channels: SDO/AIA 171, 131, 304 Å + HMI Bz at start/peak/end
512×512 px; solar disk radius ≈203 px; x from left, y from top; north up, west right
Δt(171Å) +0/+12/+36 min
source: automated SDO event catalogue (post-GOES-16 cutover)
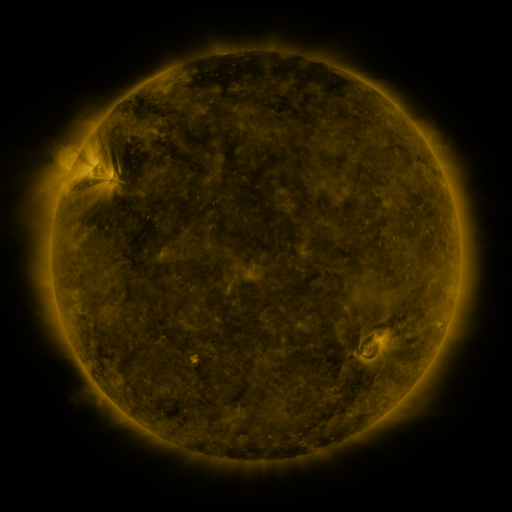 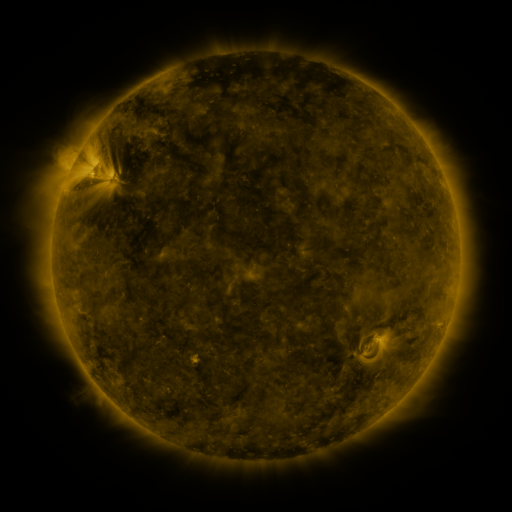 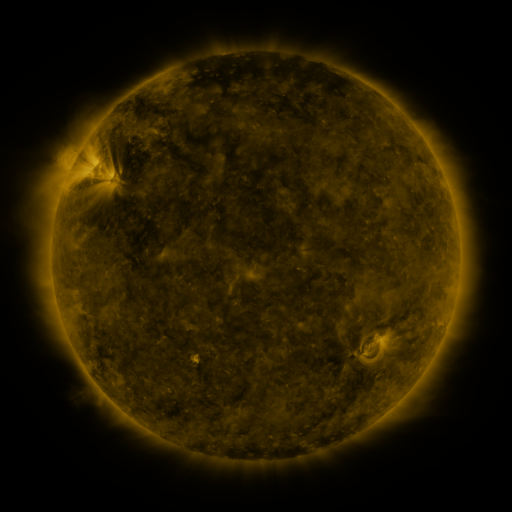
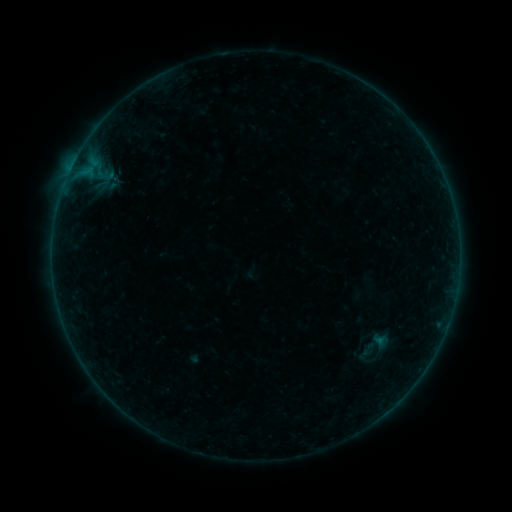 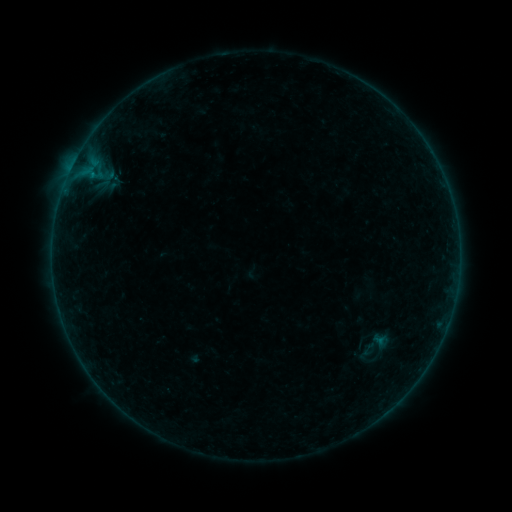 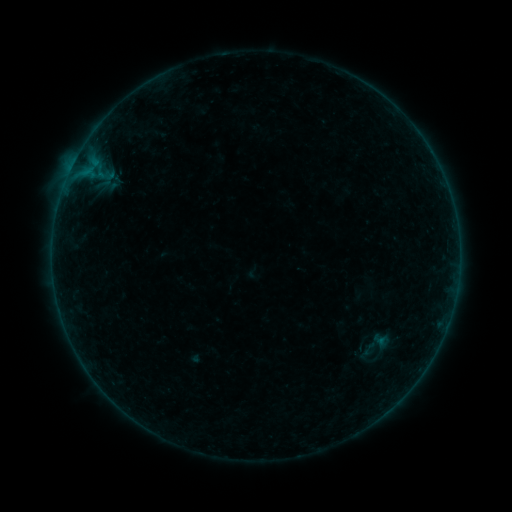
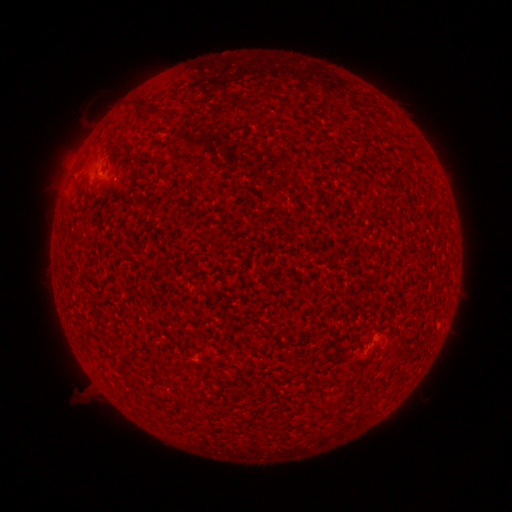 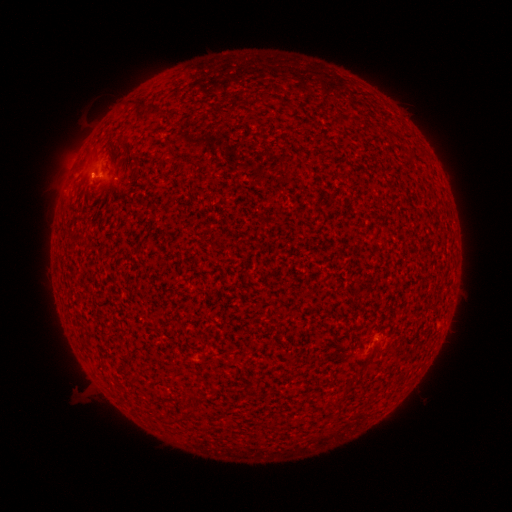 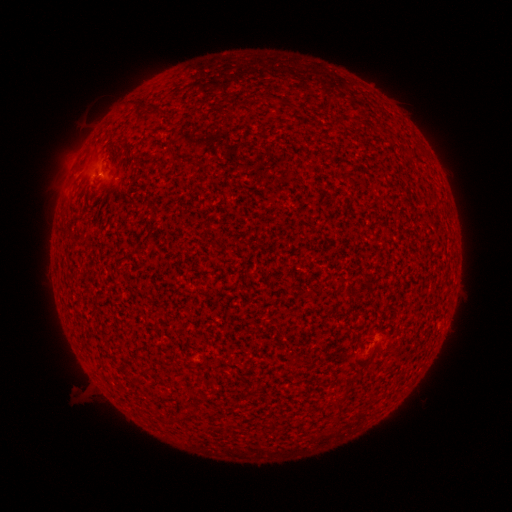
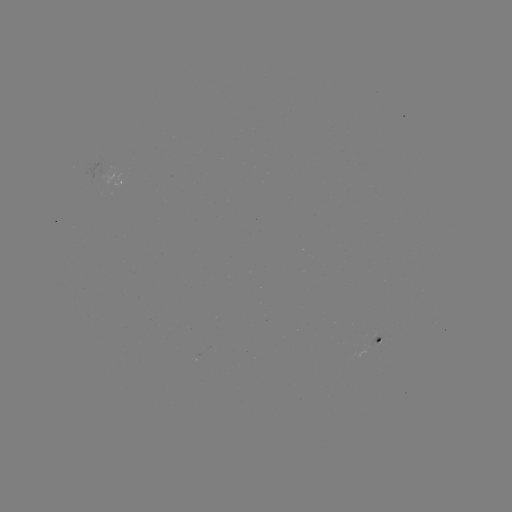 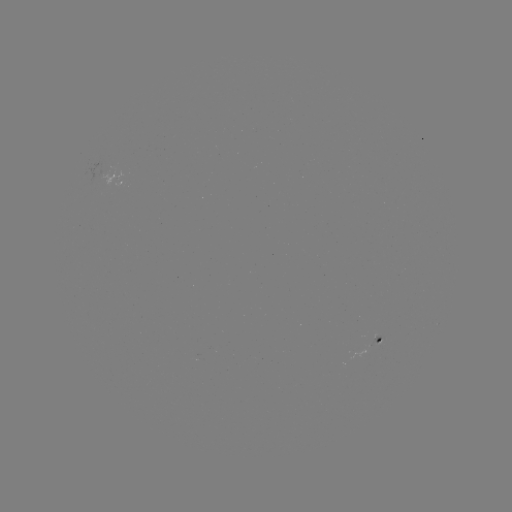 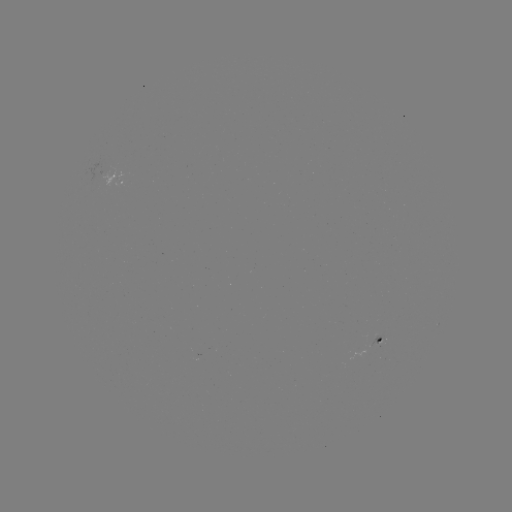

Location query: A8.3 flare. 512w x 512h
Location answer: [93, 178].